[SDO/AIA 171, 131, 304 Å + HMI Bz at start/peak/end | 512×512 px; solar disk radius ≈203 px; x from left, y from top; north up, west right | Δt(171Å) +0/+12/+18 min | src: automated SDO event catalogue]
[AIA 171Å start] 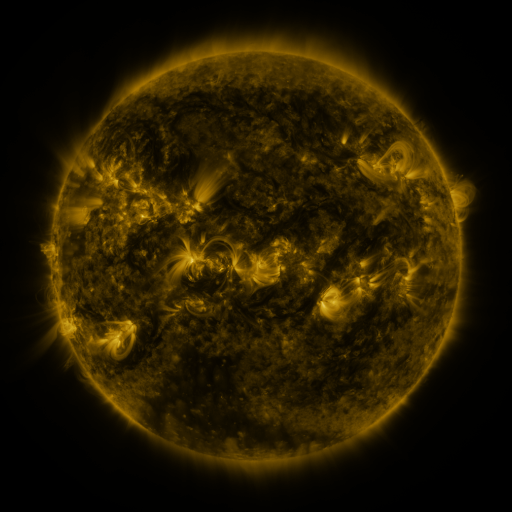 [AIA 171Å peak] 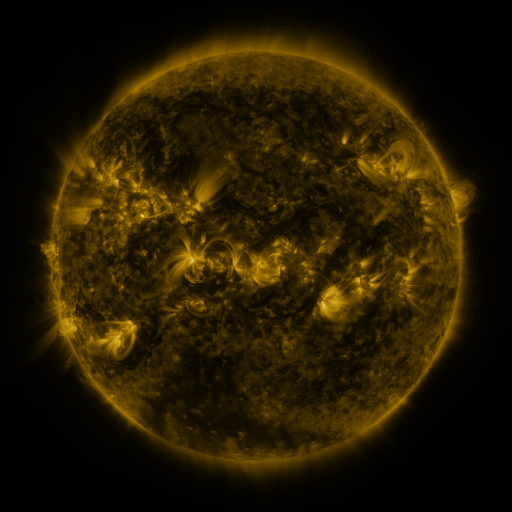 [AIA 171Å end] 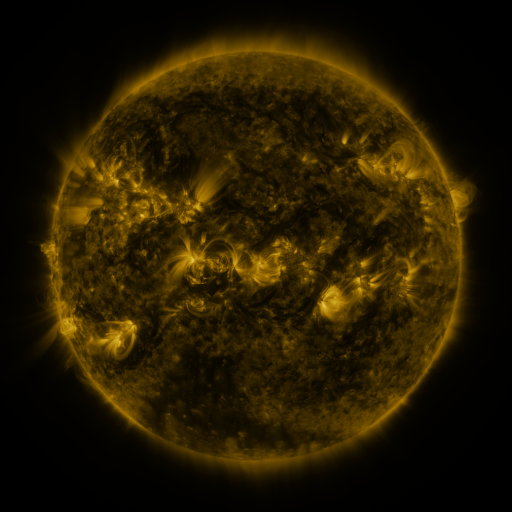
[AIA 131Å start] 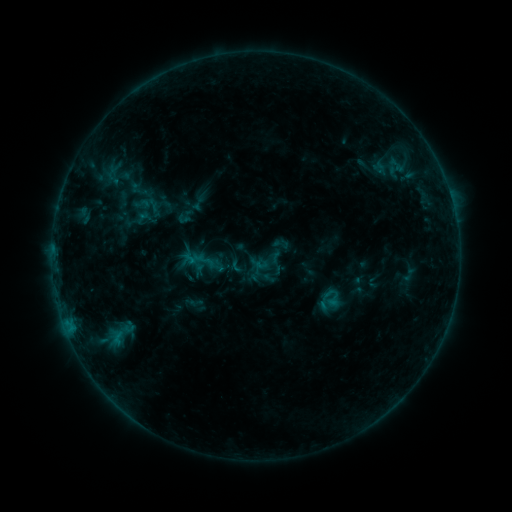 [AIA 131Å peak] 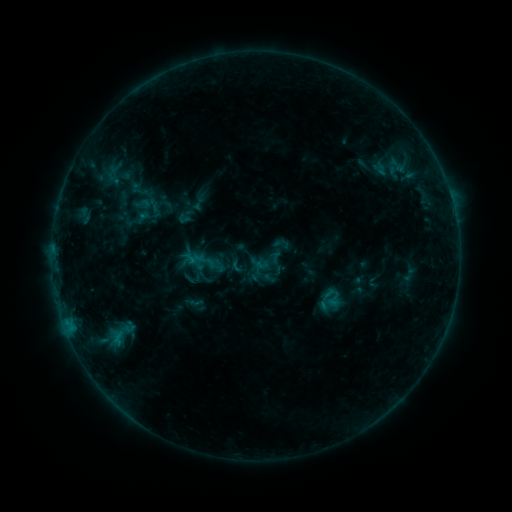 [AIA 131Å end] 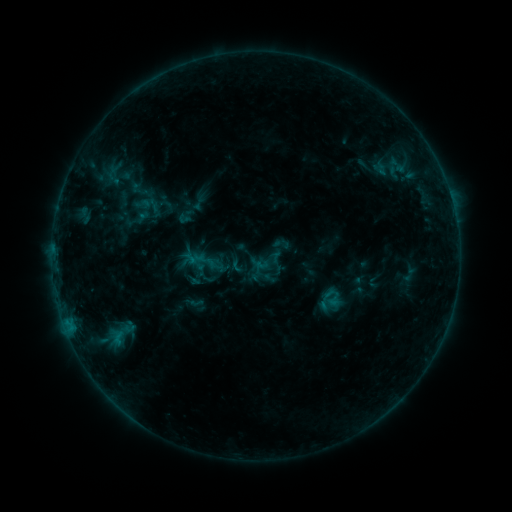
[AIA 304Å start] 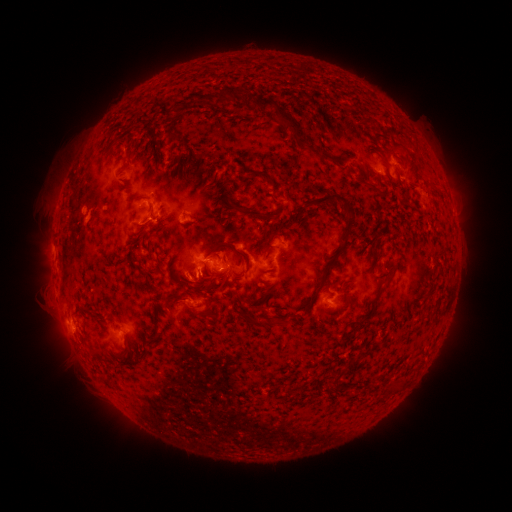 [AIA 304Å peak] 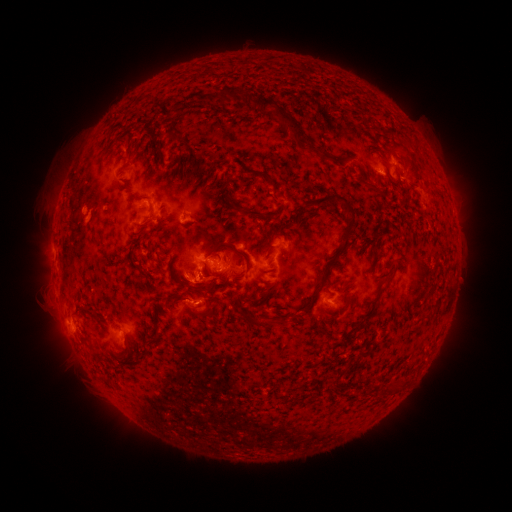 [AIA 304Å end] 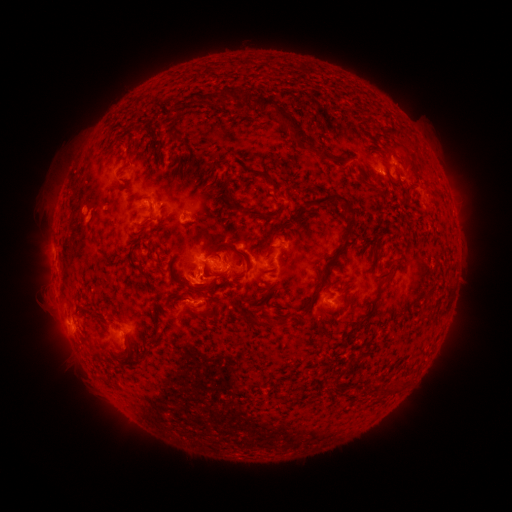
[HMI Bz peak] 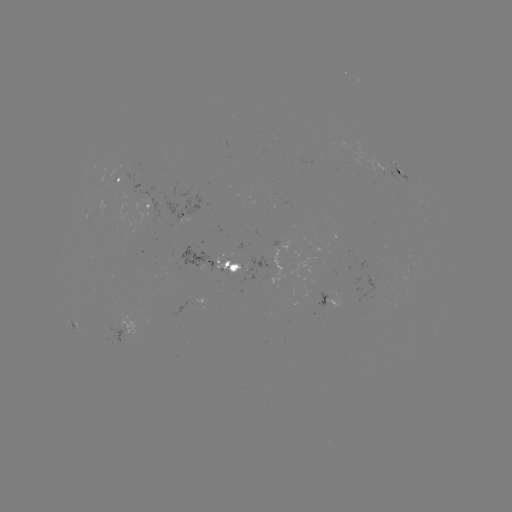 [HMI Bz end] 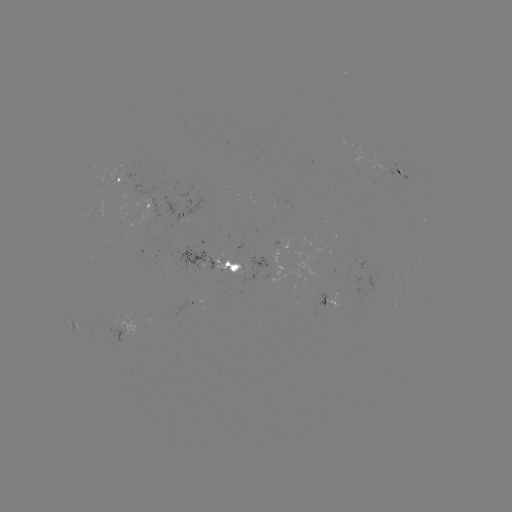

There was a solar eruption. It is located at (201, 284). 